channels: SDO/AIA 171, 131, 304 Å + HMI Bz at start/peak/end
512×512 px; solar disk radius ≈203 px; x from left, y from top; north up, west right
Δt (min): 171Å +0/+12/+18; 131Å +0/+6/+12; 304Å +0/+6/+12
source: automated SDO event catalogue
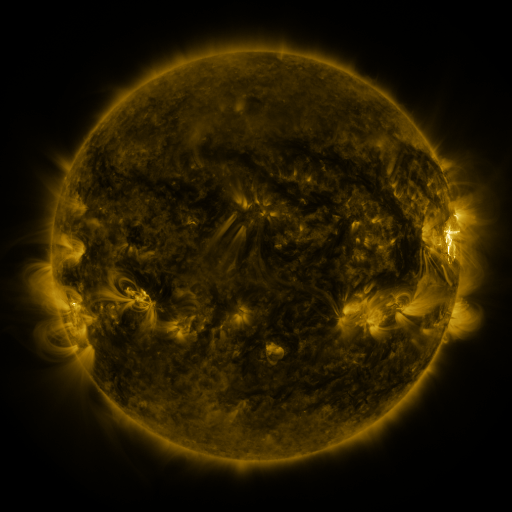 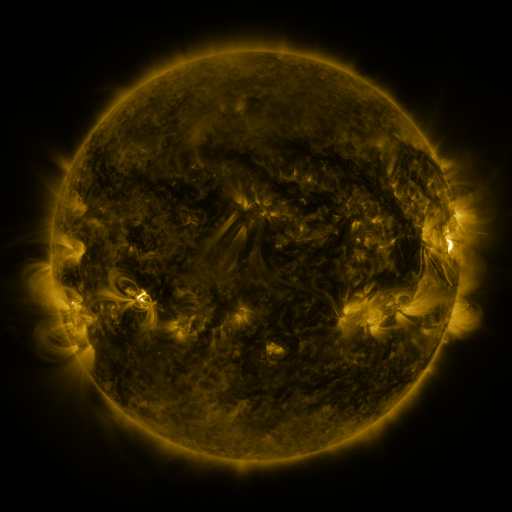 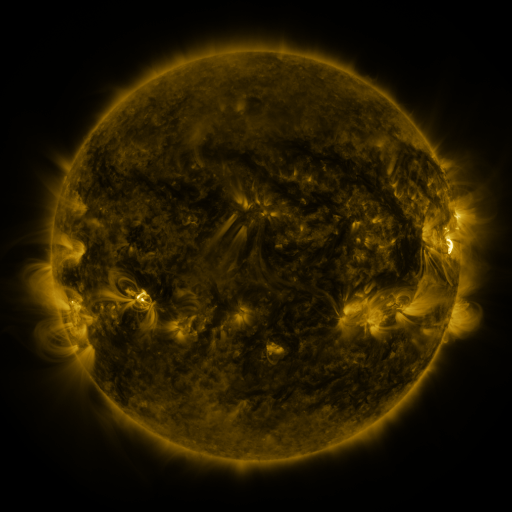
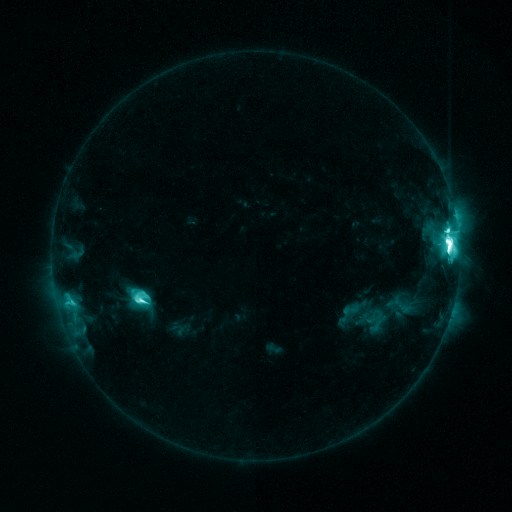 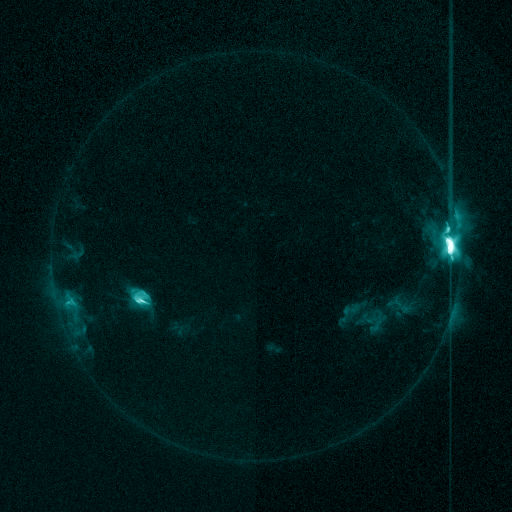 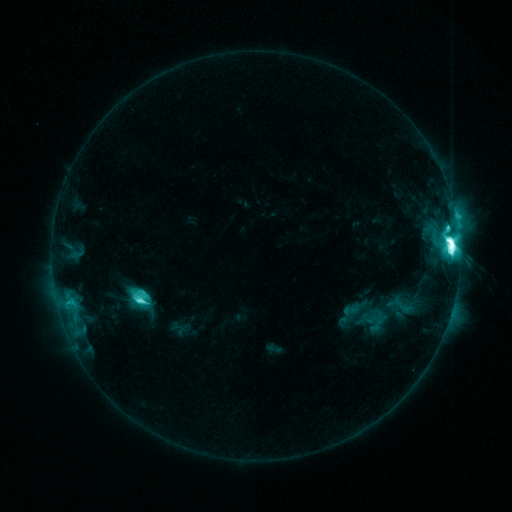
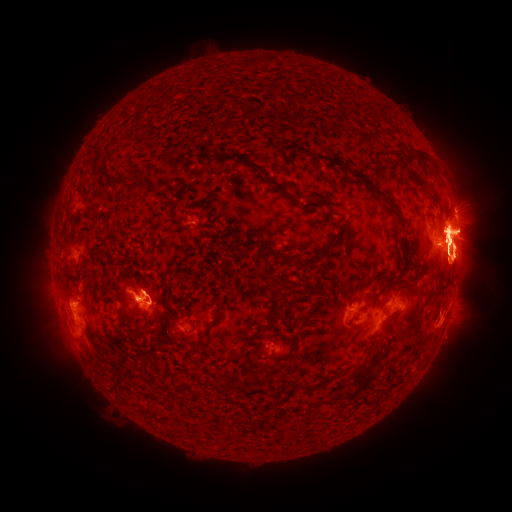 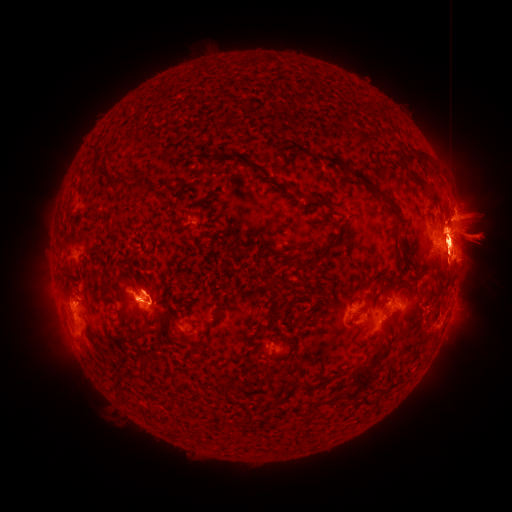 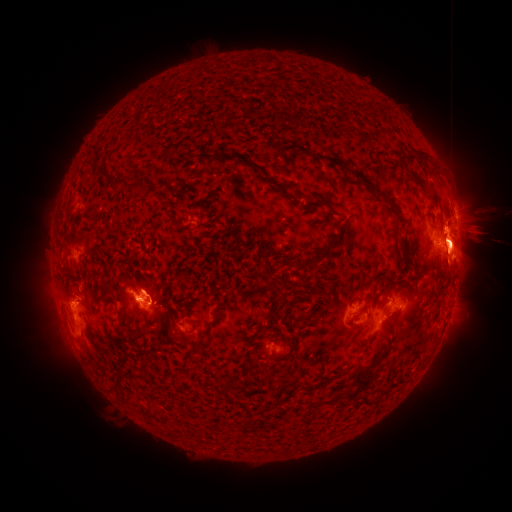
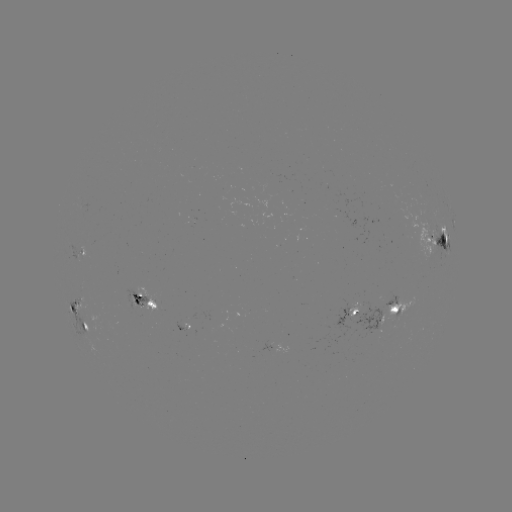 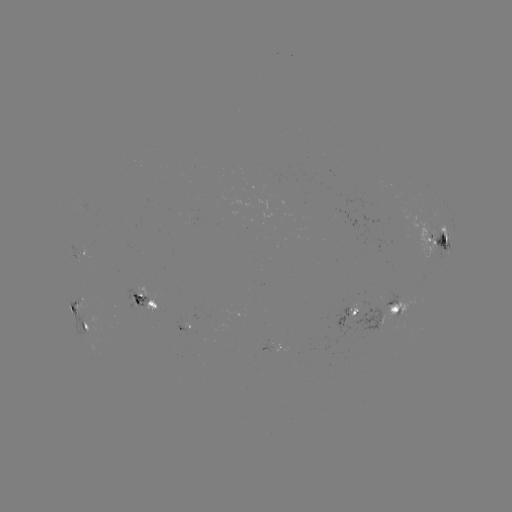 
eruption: [383, 220, 411, 261]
